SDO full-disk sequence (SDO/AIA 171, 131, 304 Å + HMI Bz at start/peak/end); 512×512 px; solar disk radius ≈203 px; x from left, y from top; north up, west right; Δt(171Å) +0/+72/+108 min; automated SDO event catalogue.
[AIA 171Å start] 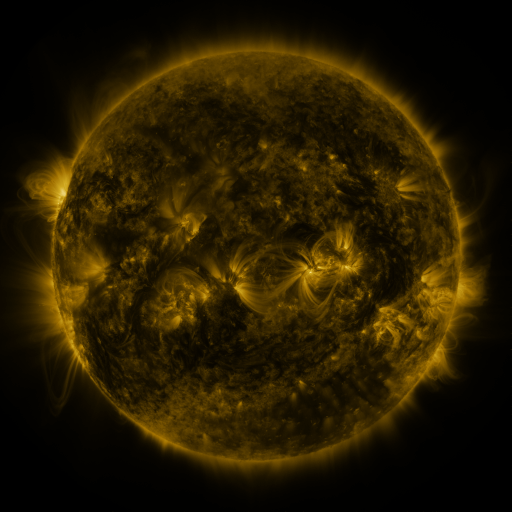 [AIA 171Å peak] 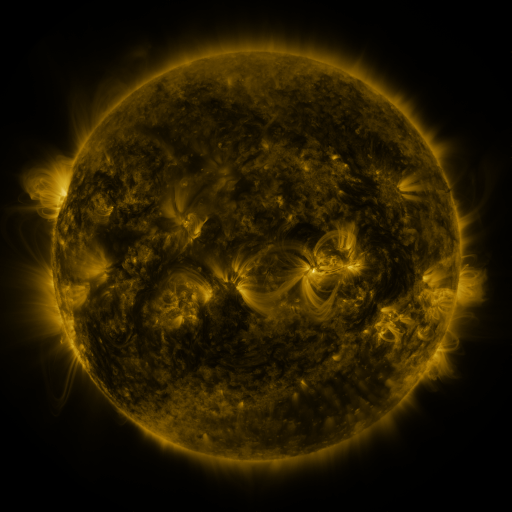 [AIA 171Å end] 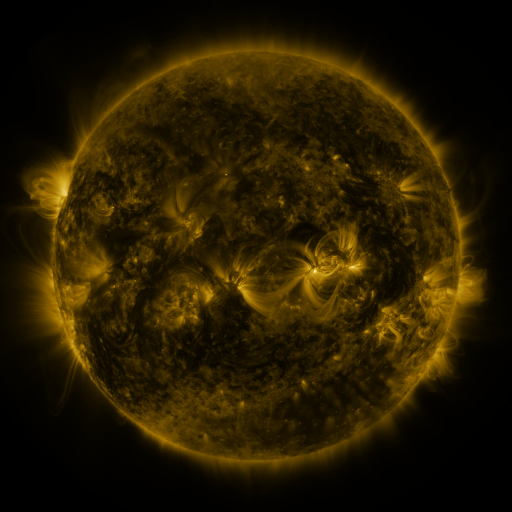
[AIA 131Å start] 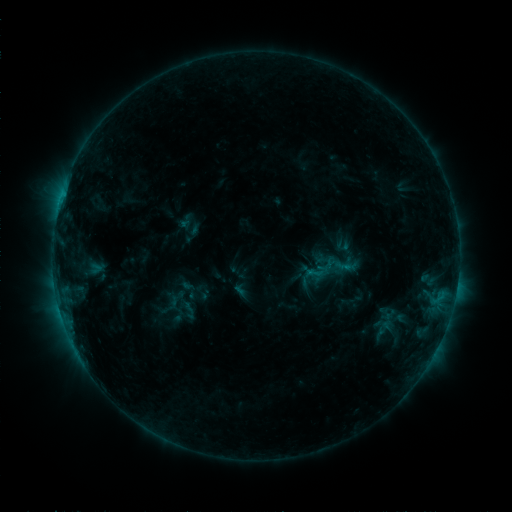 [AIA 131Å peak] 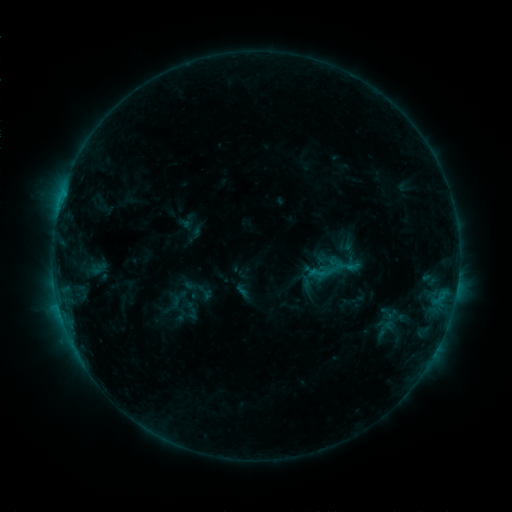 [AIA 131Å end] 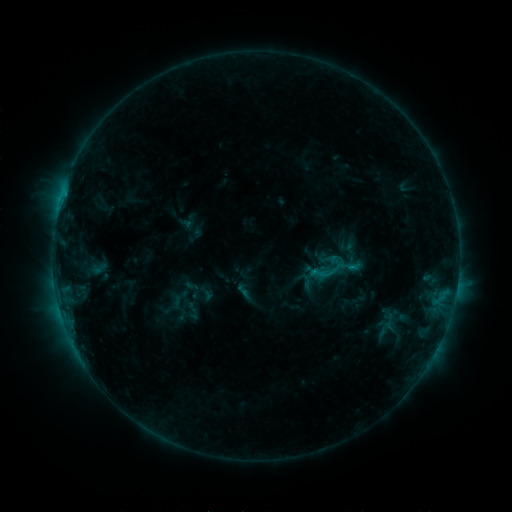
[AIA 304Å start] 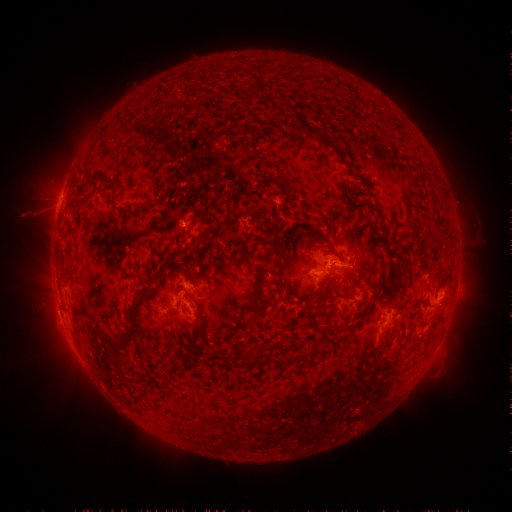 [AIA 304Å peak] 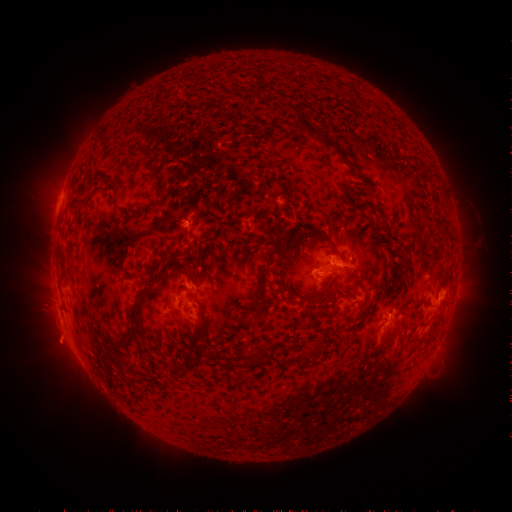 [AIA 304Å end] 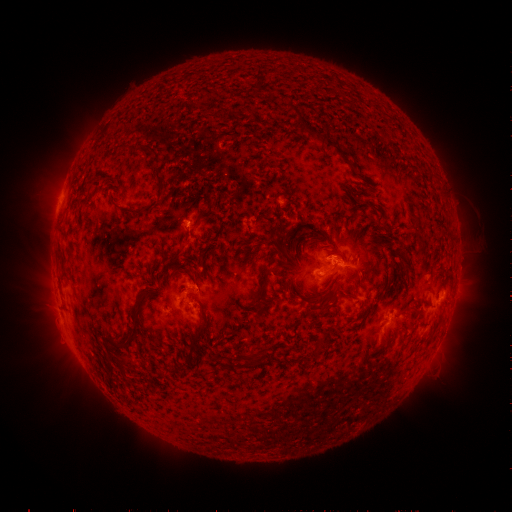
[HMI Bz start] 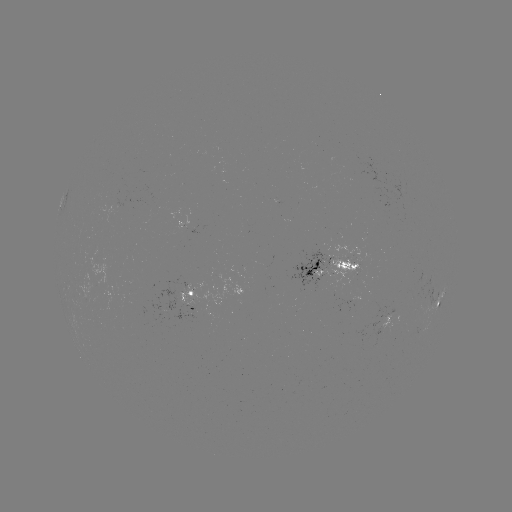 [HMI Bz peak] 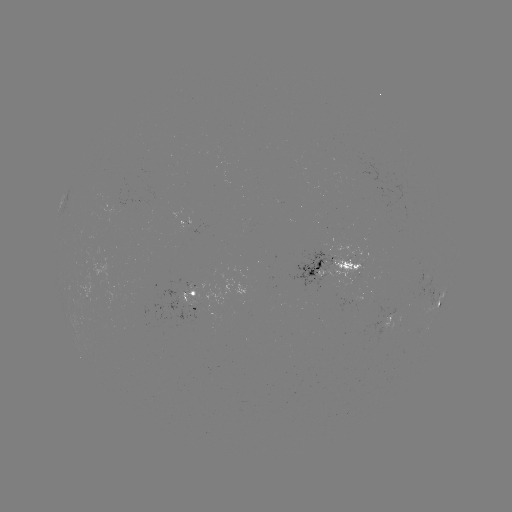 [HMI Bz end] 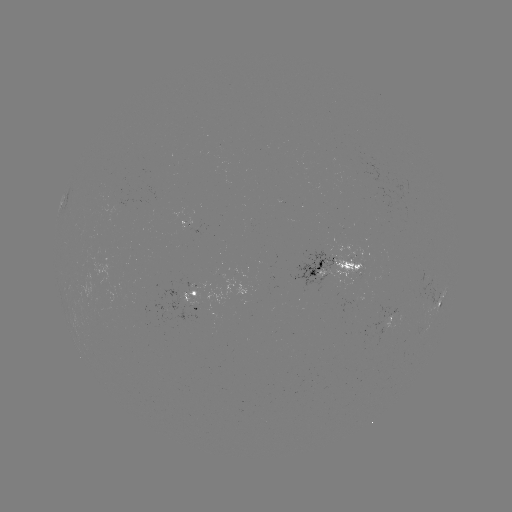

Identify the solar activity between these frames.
emerging-flux region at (401, 191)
